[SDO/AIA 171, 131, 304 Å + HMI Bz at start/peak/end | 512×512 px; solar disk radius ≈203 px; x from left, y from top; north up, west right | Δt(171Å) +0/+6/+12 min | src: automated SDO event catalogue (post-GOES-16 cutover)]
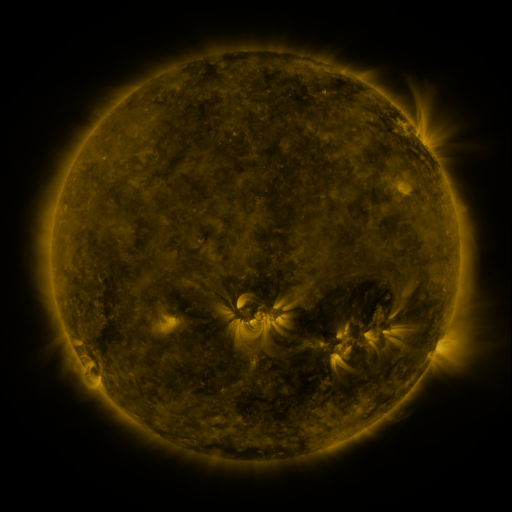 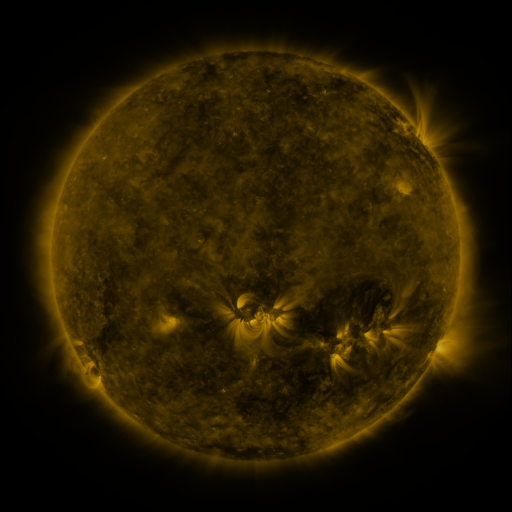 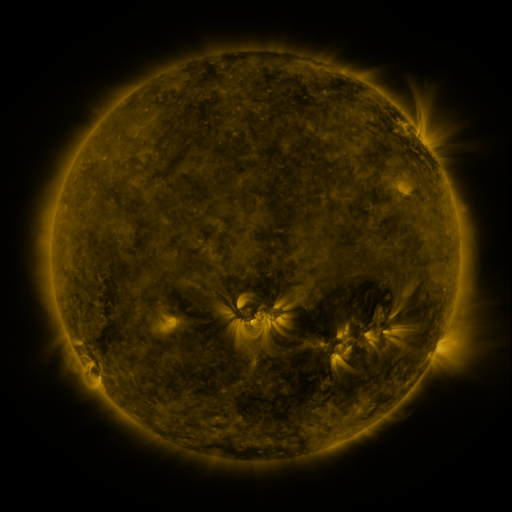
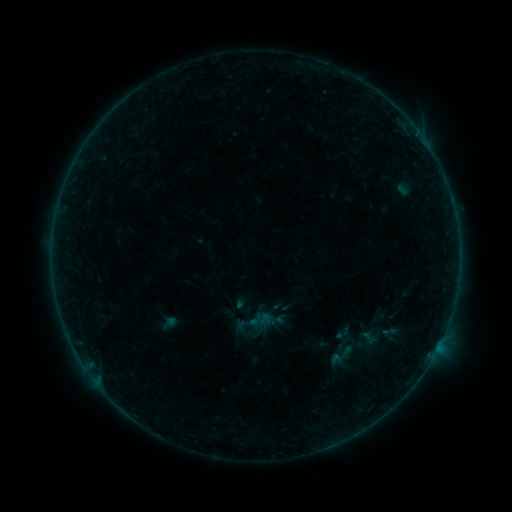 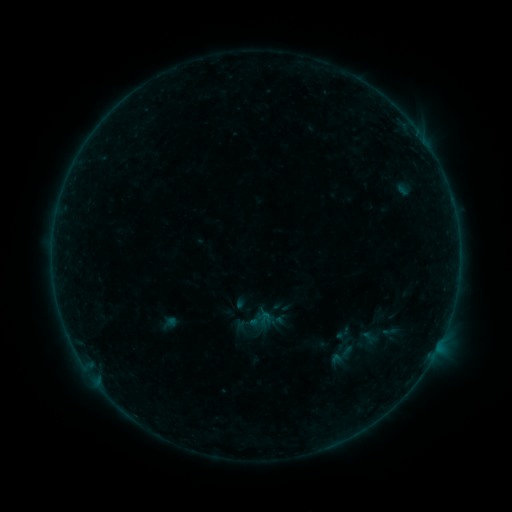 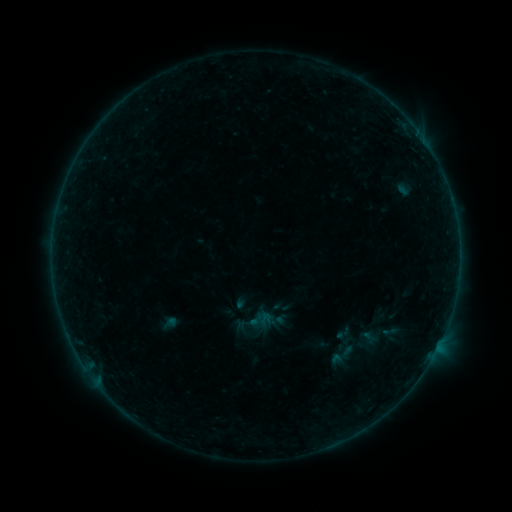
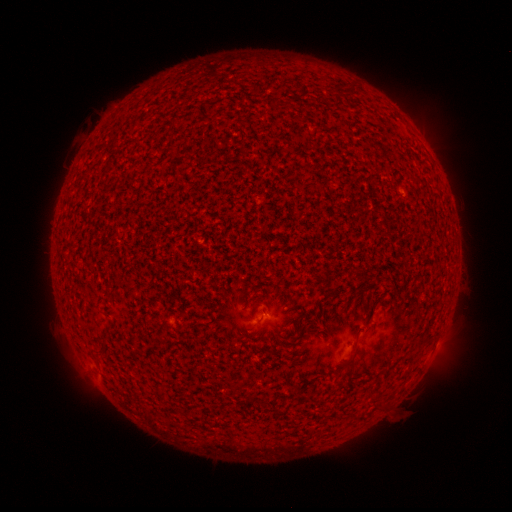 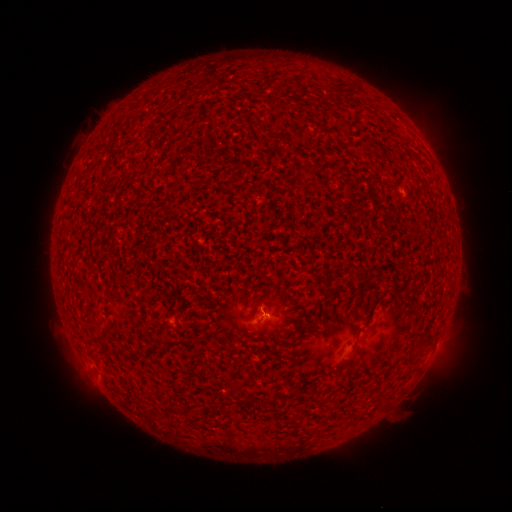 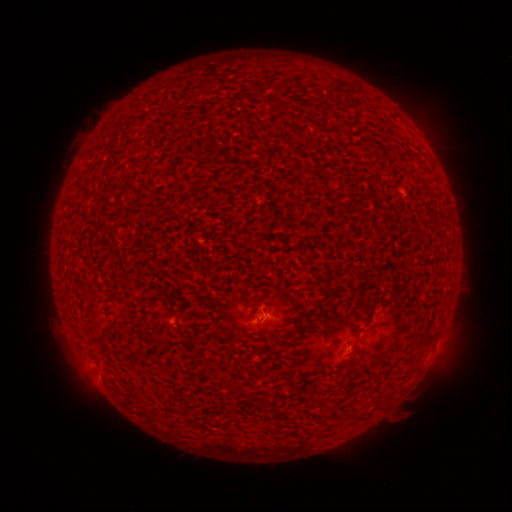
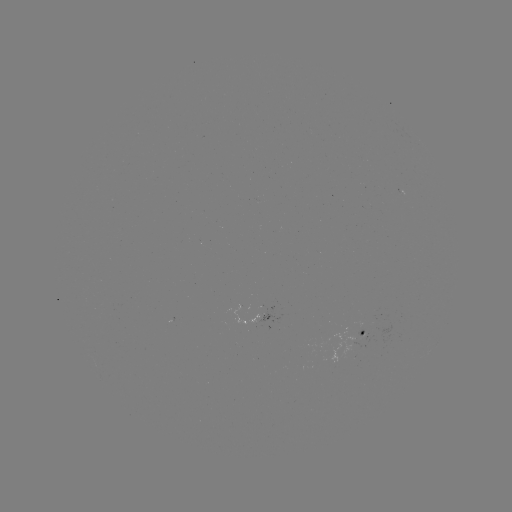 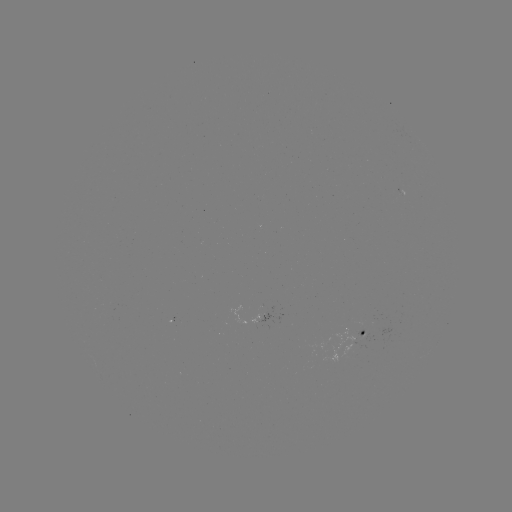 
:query A6.9 flare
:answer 262,311